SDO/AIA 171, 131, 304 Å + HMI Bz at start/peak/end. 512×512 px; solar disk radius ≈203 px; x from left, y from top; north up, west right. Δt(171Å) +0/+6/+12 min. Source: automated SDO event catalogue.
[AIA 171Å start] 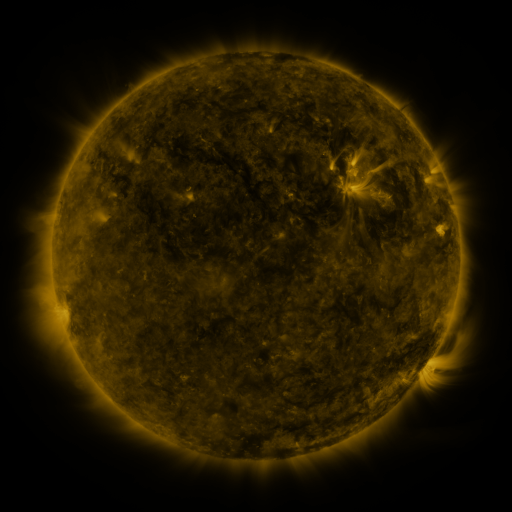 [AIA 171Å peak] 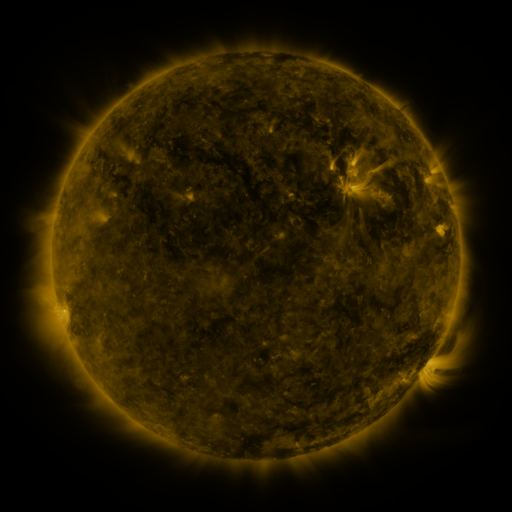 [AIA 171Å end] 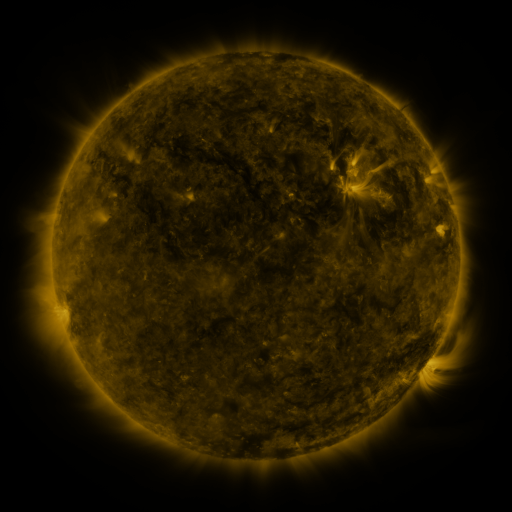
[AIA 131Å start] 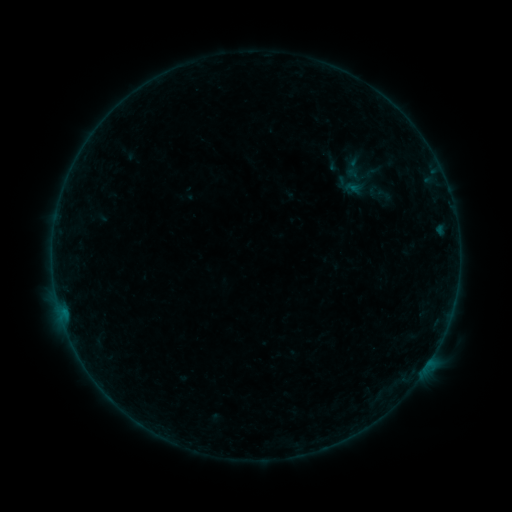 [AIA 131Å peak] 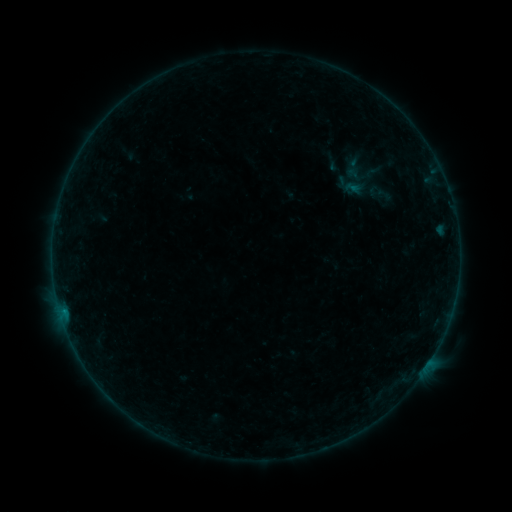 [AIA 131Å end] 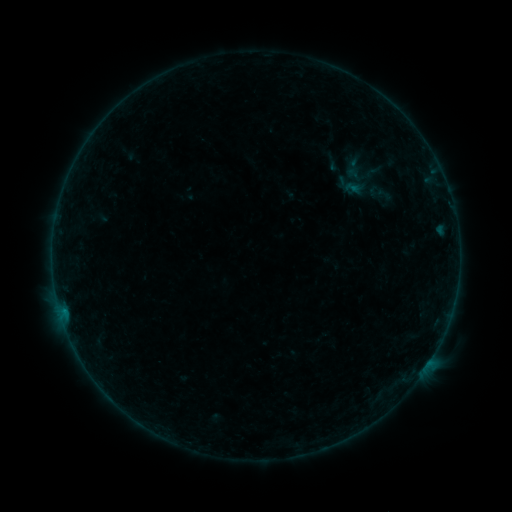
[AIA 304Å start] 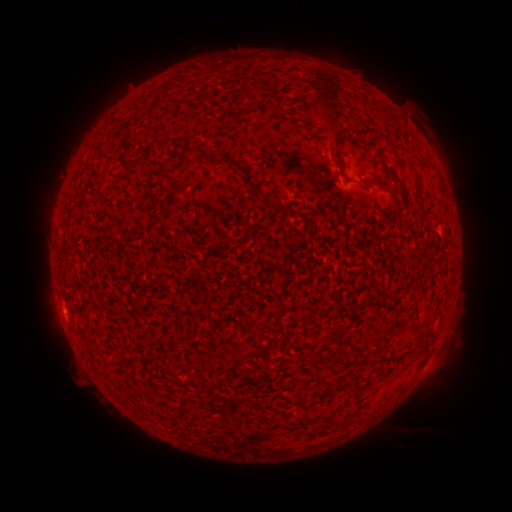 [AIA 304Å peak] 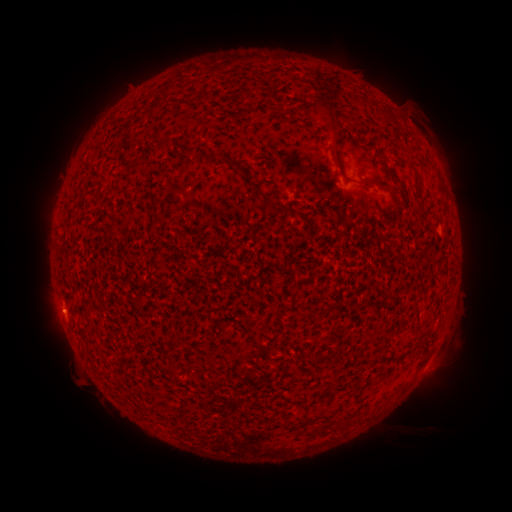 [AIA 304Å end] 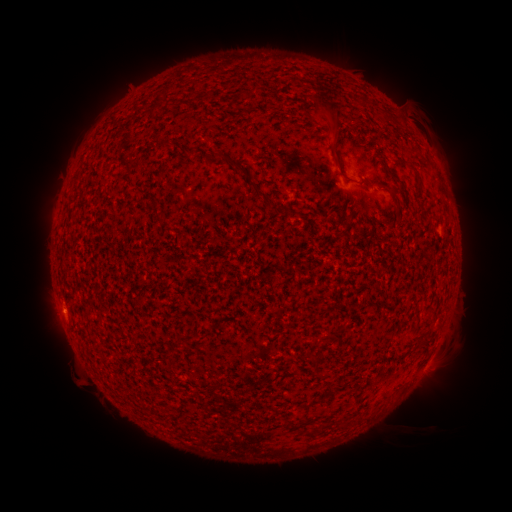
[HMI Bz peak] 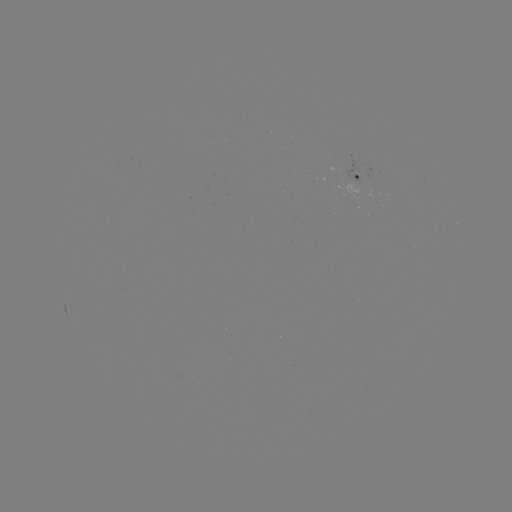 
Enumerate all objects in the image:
B1.4 flare: (63, 309)
